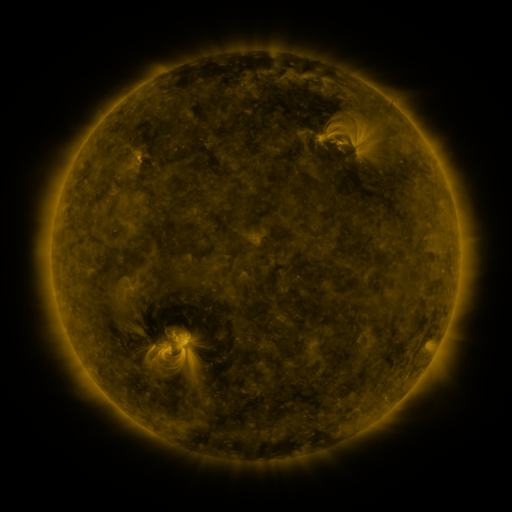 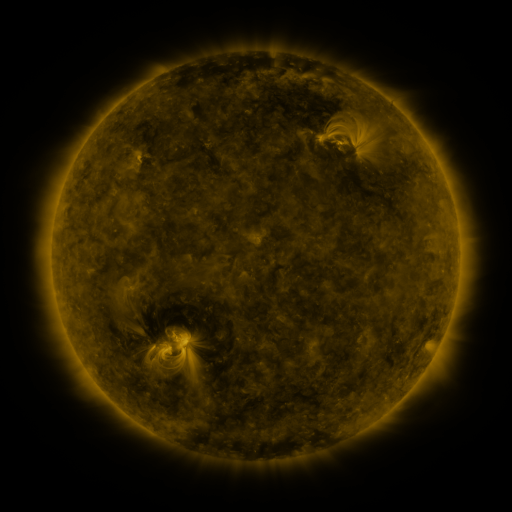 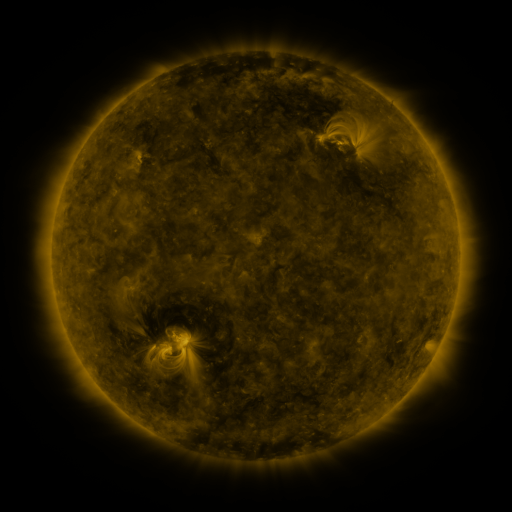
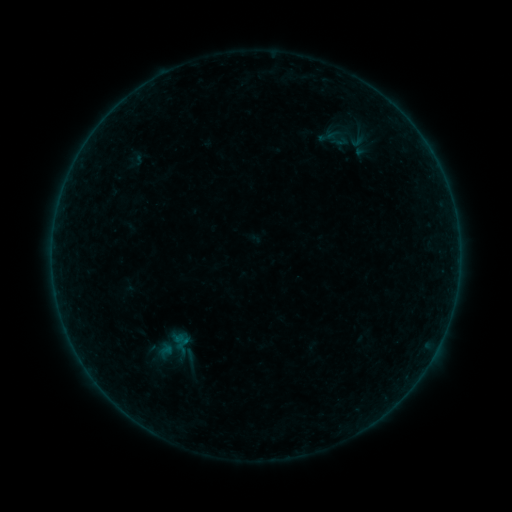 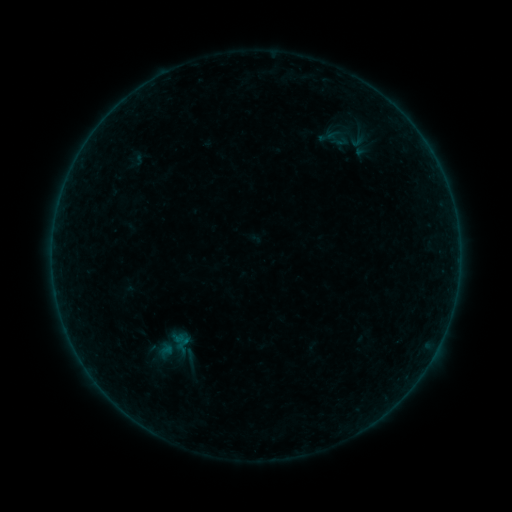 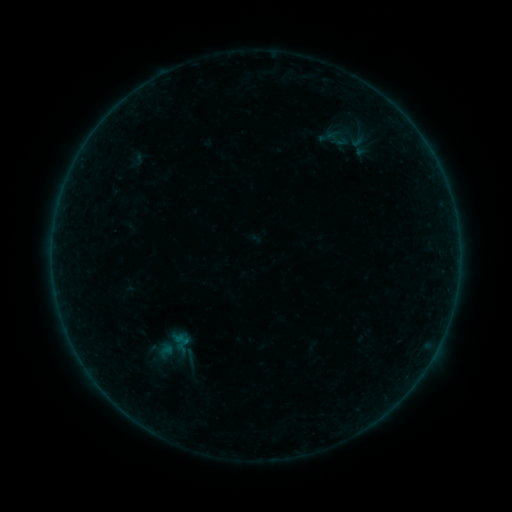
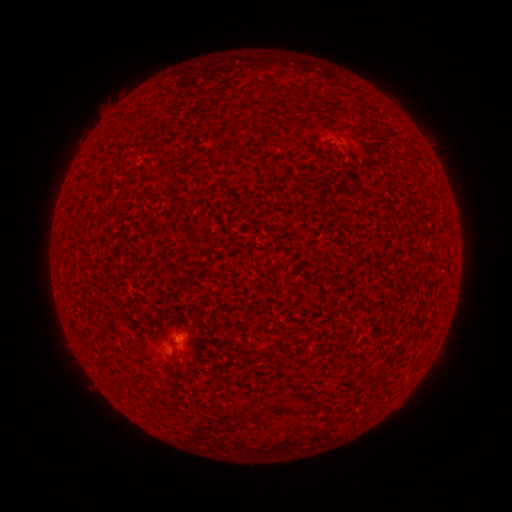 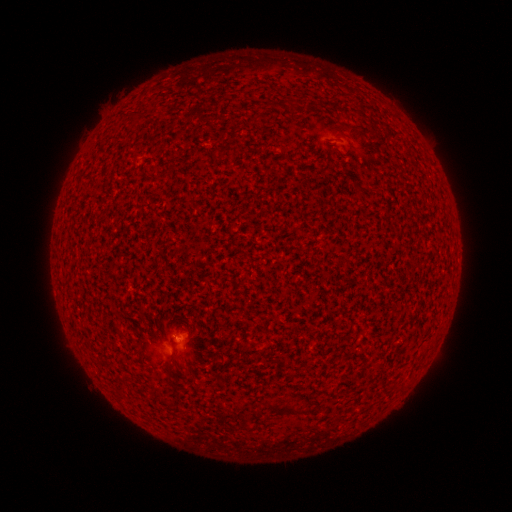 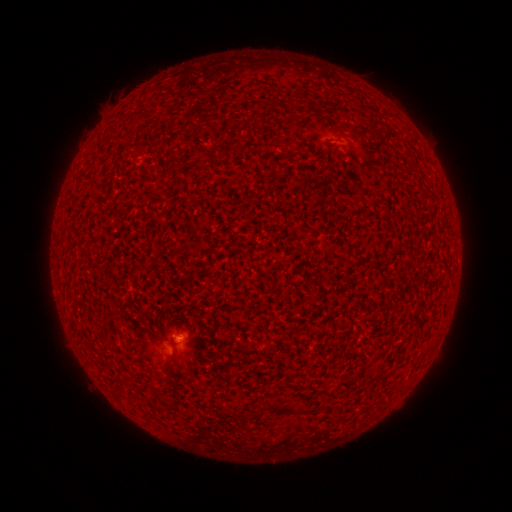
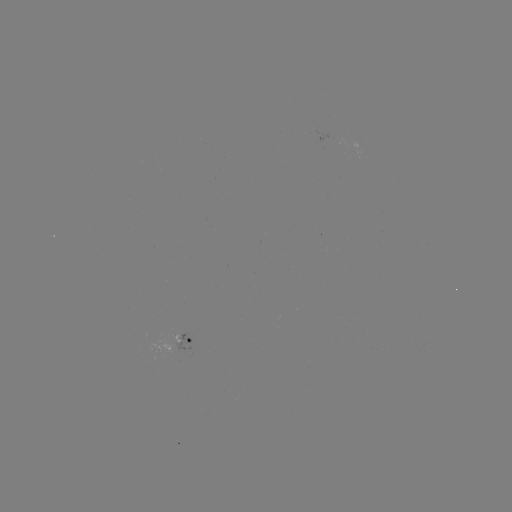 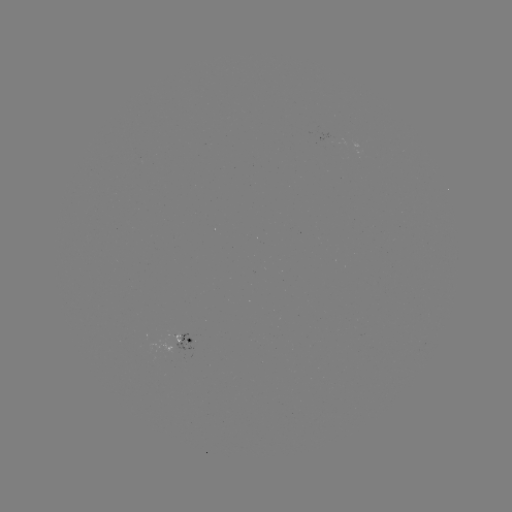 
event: flare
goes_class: A5.7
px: (179, 336)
